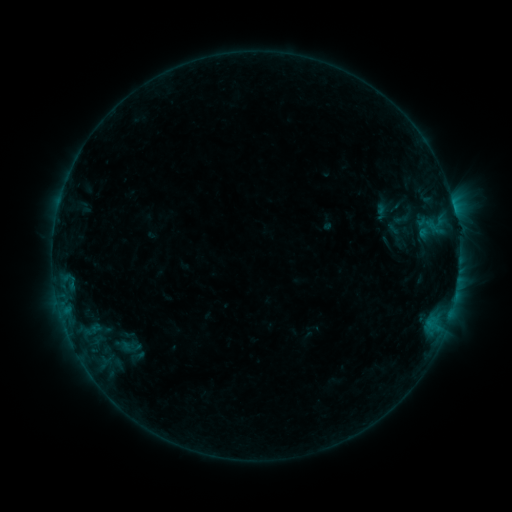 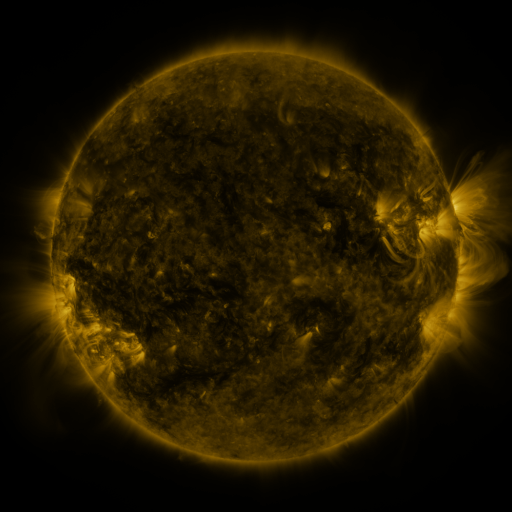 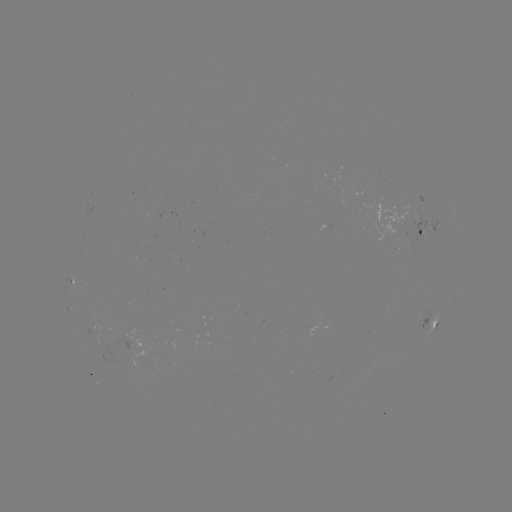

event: sigmoid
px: (126, 349)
